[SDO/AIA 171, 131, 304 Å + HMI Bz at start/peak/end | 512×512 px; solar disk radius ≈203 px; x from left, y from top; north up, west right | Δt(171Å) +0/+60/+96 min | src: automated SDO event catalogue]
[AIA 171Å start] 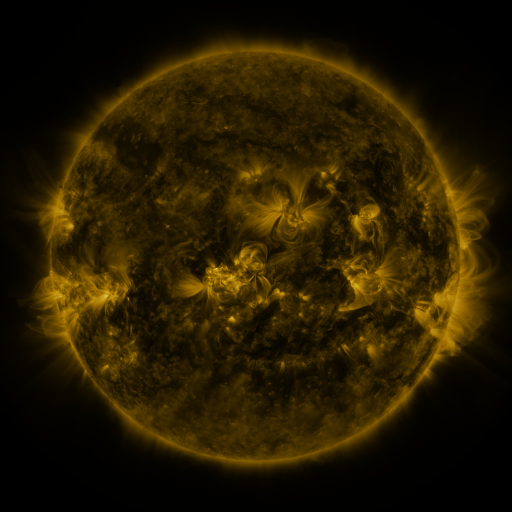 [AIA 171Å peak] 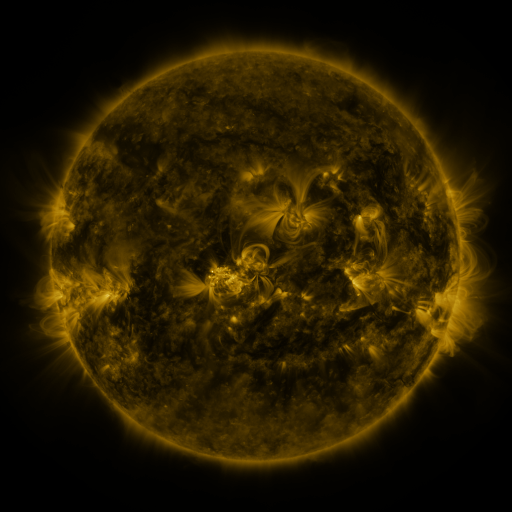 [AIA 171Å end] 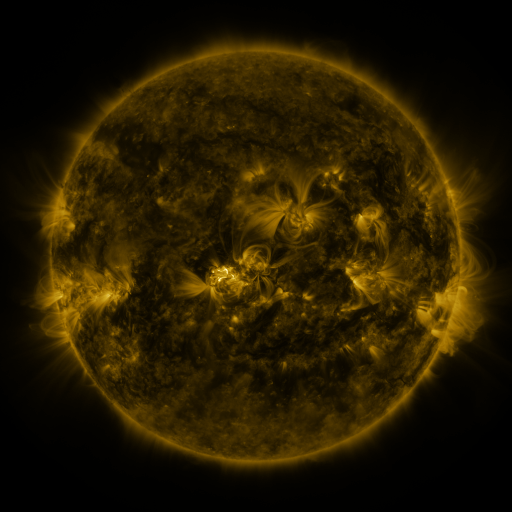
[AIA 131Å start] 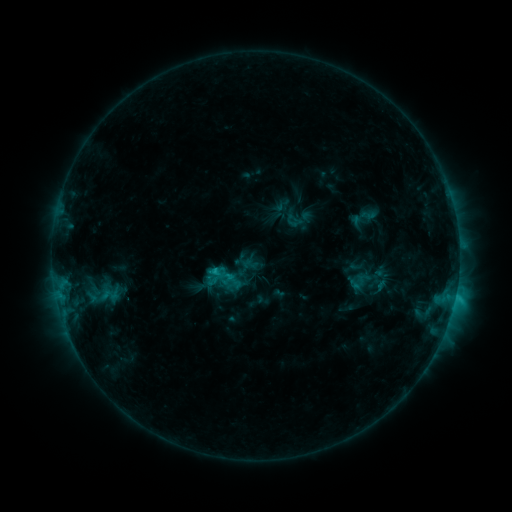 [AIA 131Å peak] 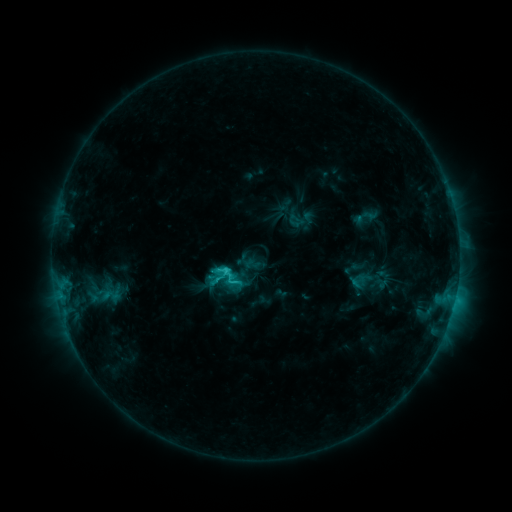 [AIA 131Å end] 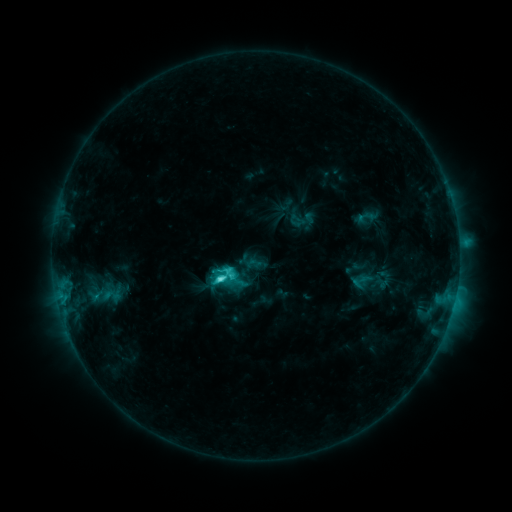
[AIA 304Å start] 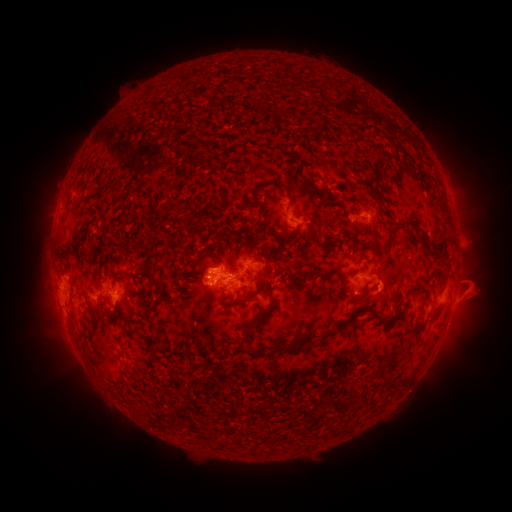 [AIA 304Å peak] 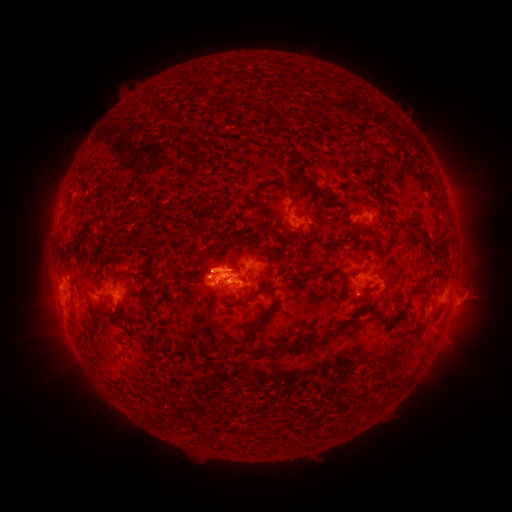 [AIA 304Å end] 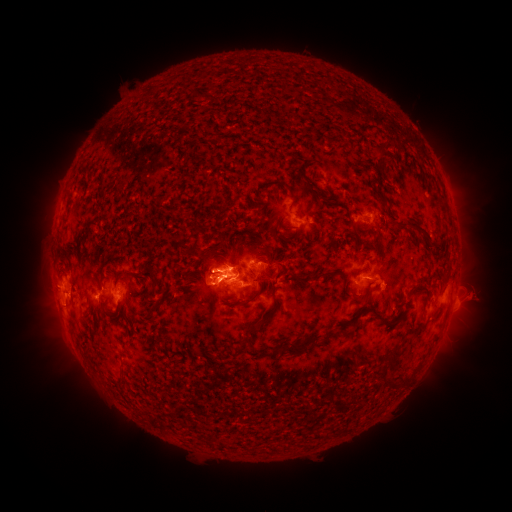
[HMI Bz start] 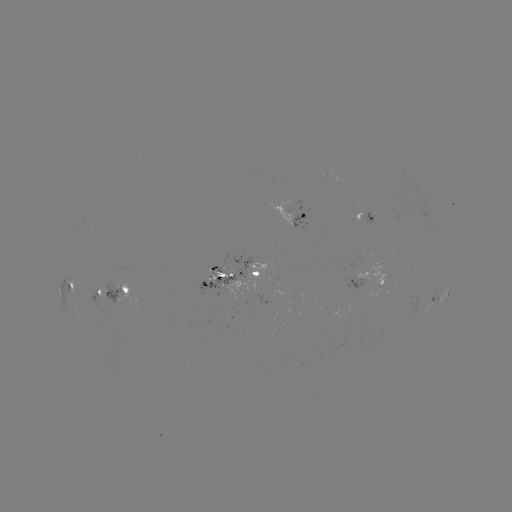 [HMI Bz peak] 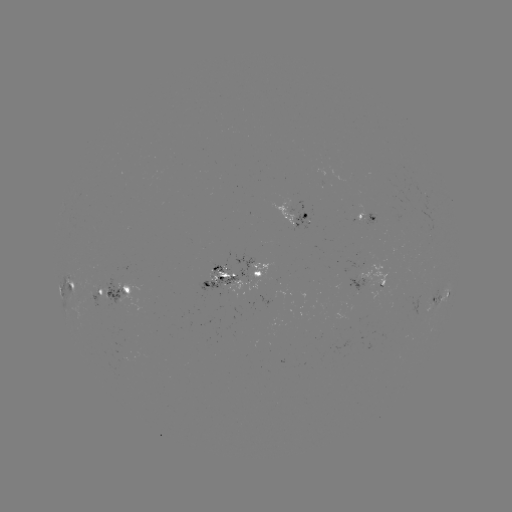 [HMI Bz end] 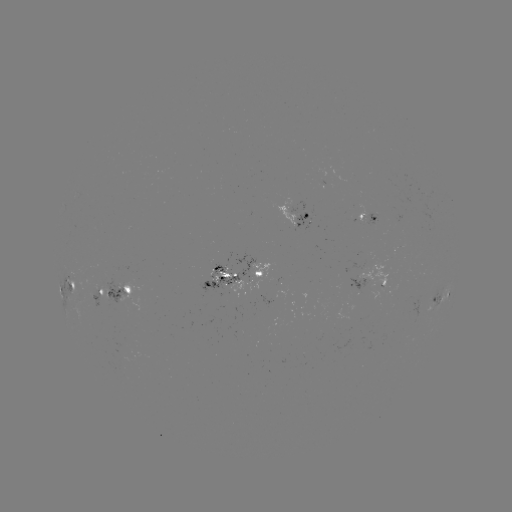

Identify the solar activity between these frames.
emerging-flux region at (356, 289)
